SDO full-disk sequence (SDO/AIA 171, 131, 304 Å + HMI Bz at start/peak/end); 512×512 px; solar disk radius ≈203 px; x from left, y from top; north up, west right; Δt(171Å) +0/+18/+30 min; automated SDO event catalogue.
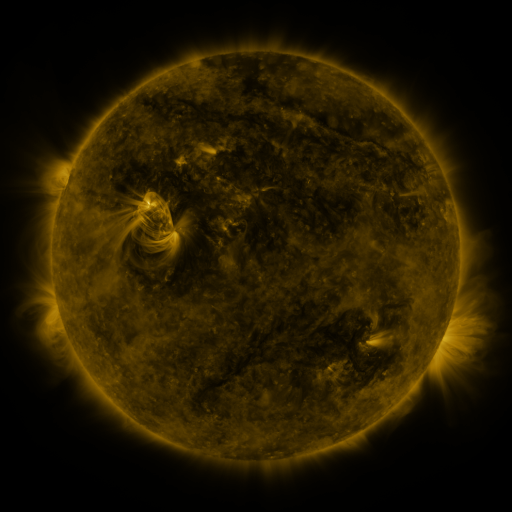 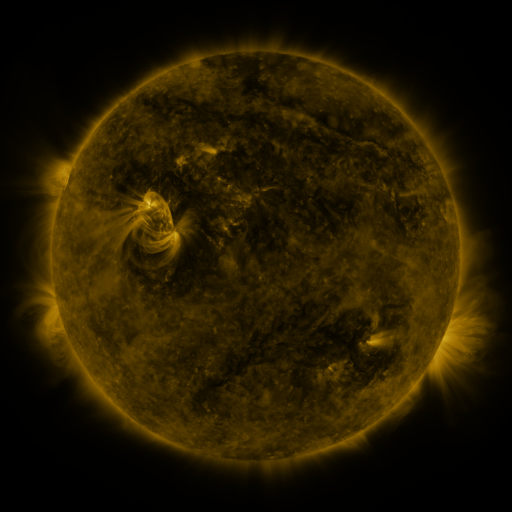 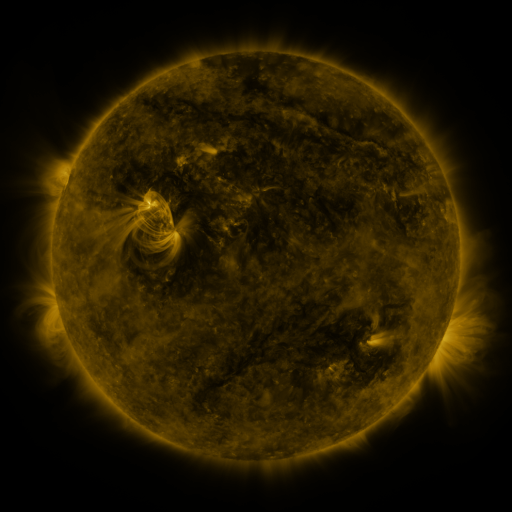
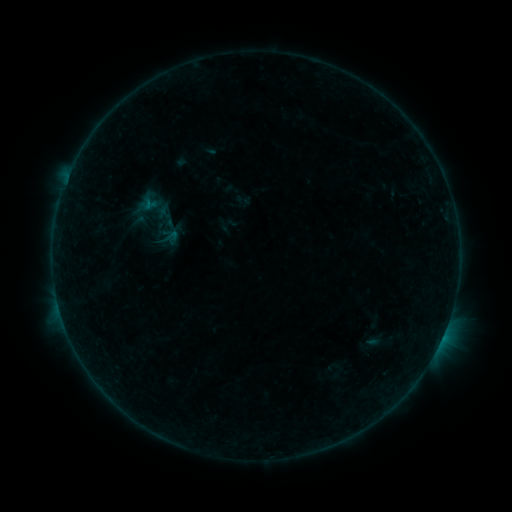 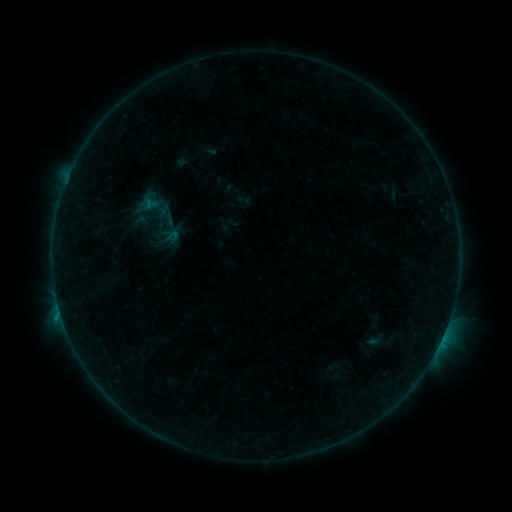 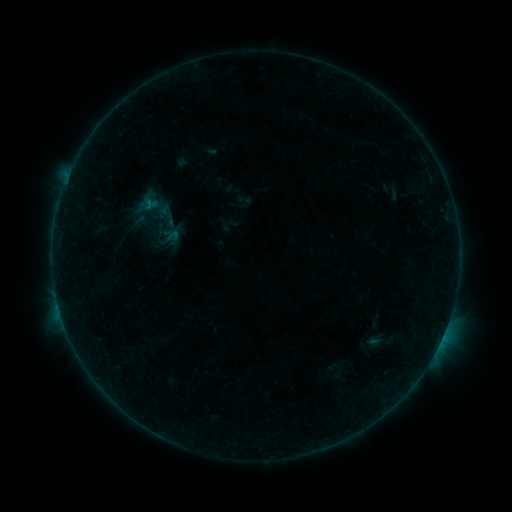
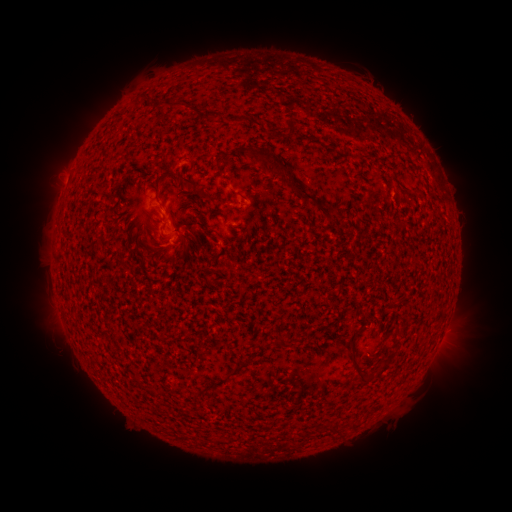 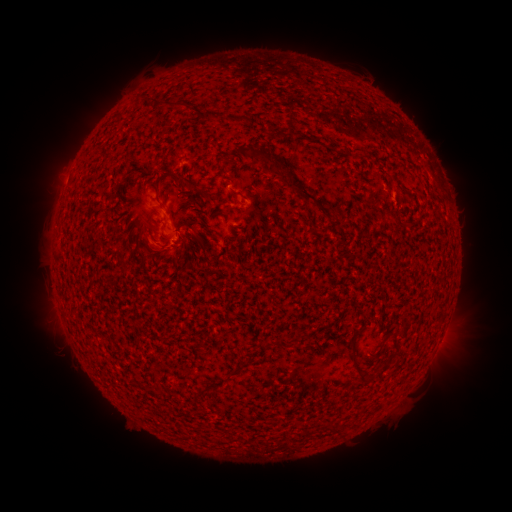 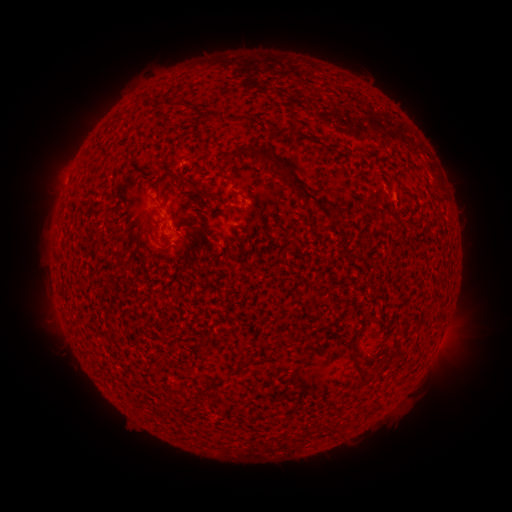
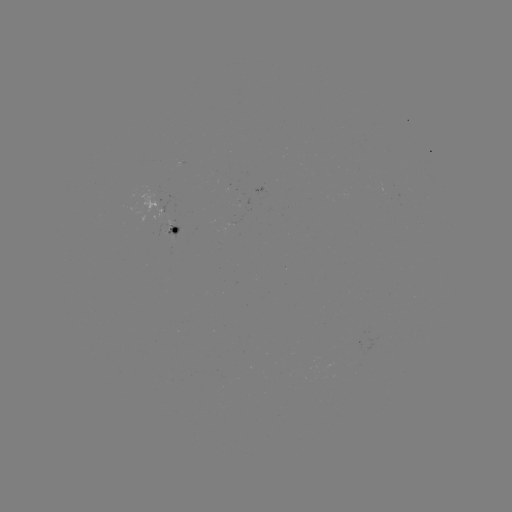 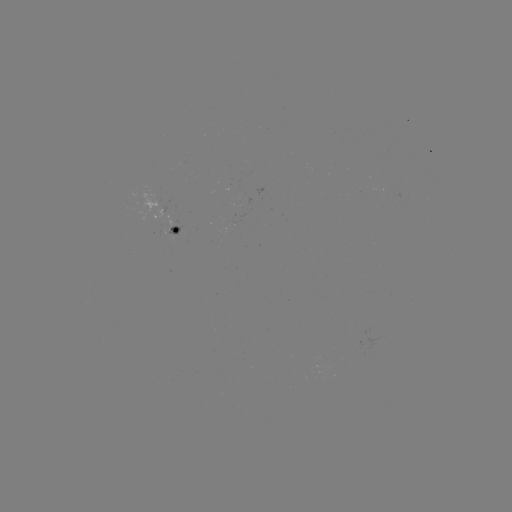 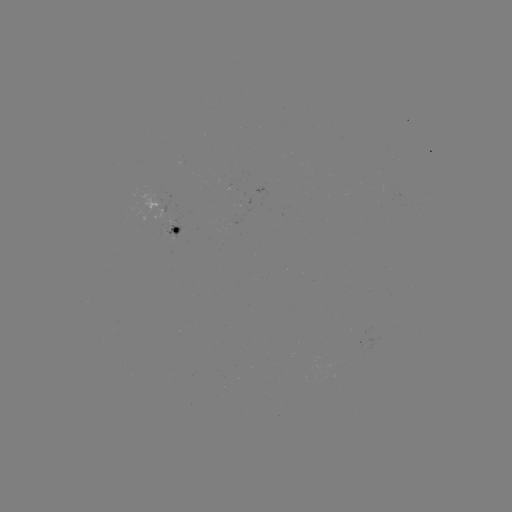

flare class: B4.1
